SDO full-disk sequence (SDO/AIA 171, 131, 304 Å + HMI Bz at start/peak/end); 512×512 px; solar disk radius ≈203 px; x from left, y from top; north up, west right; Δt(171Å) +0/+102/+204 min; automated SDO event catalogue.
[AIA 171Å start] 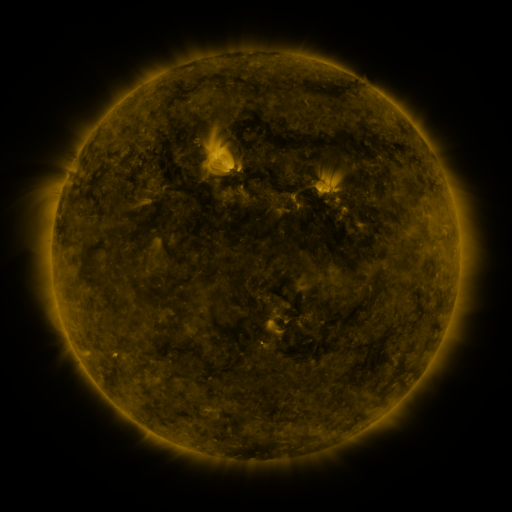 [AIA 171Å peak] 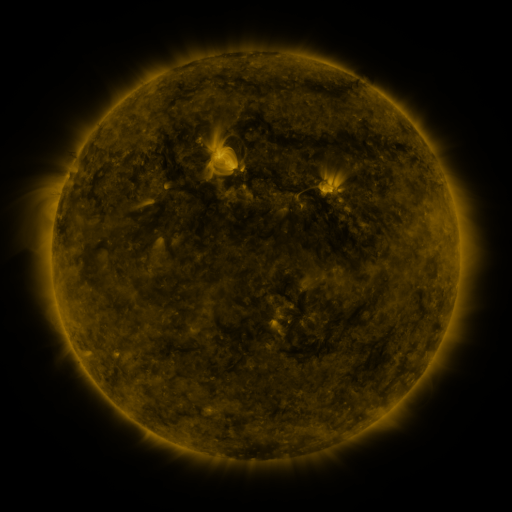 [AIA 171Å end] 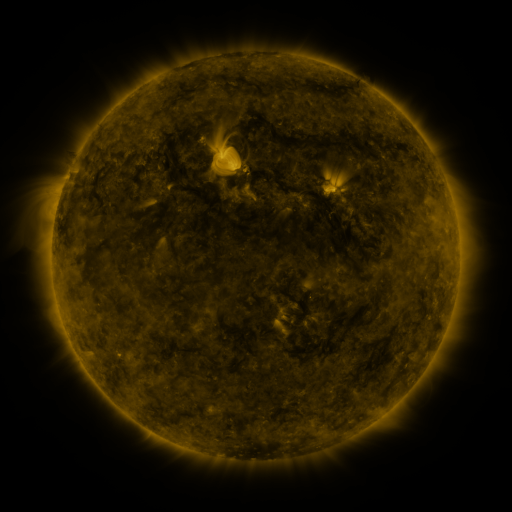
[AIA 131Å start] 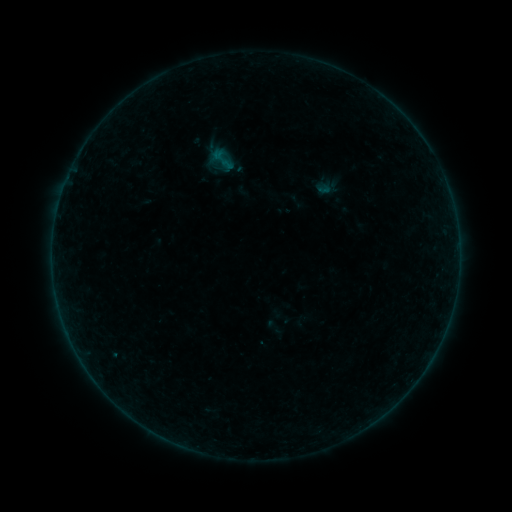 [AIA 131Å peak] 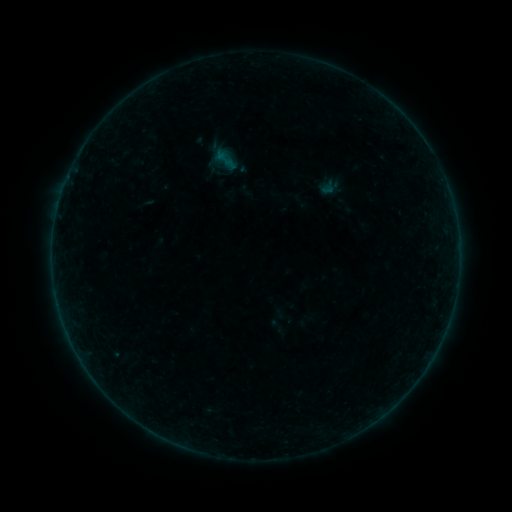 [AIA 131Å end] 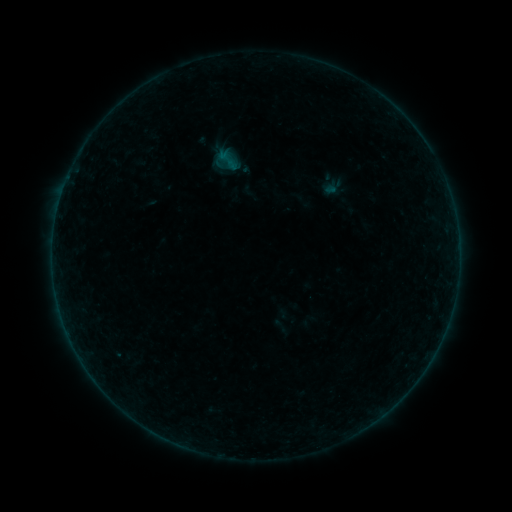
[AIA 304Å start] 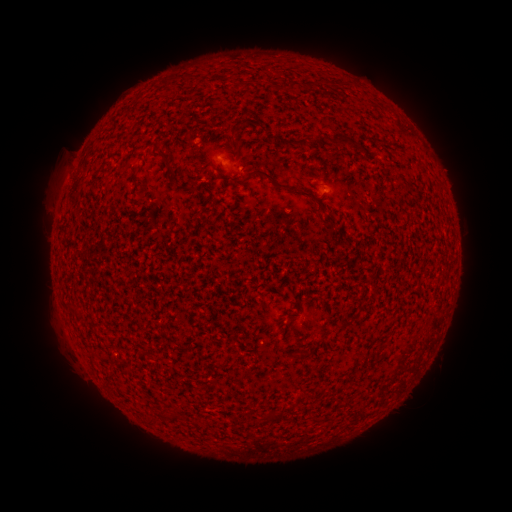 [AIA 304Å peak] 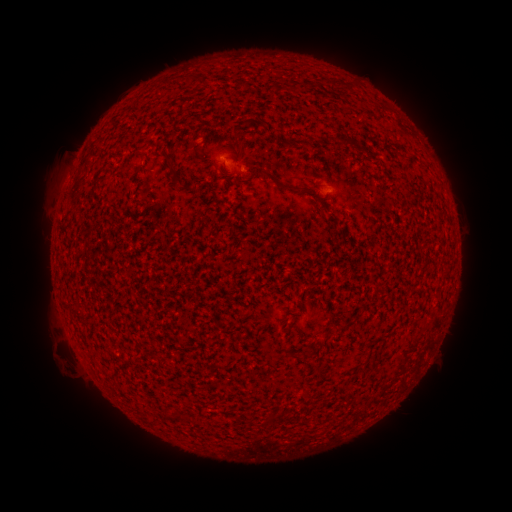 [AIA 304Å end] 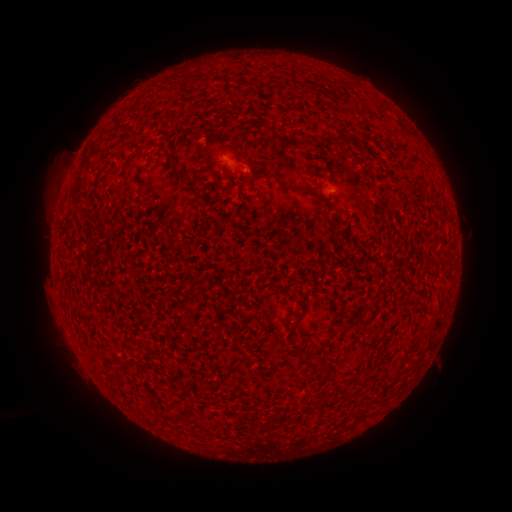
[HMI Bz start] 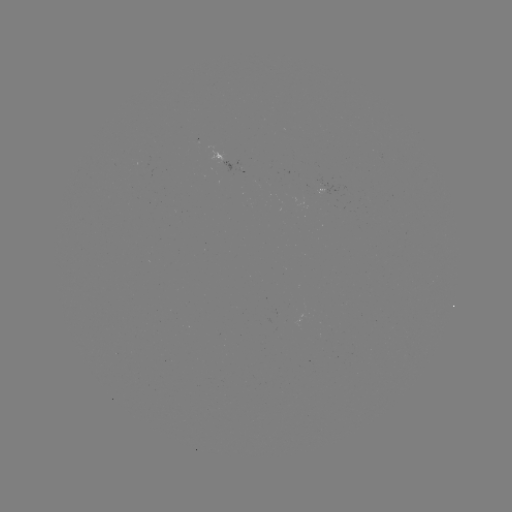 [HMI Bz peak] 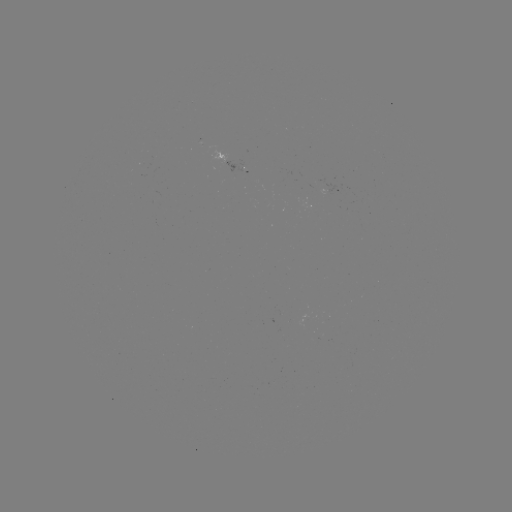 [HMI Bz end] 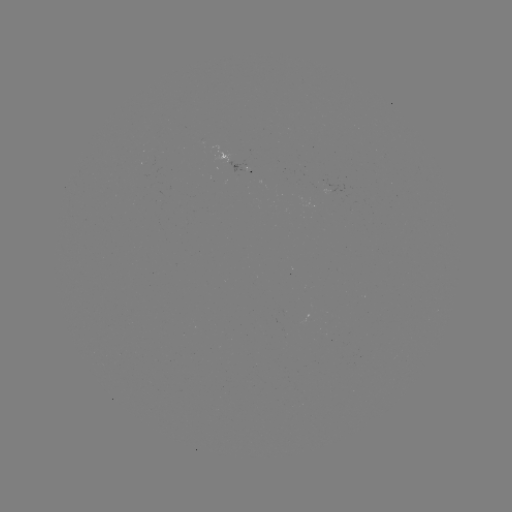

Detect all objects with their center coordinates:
filament eruption: (53, 343)
